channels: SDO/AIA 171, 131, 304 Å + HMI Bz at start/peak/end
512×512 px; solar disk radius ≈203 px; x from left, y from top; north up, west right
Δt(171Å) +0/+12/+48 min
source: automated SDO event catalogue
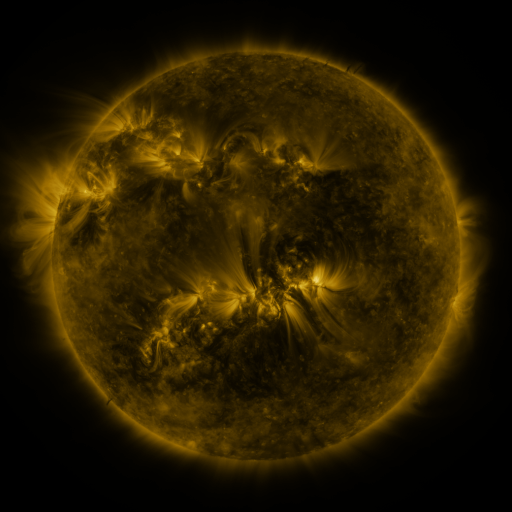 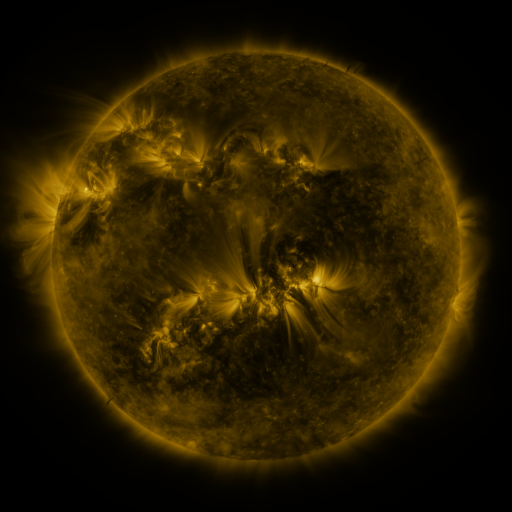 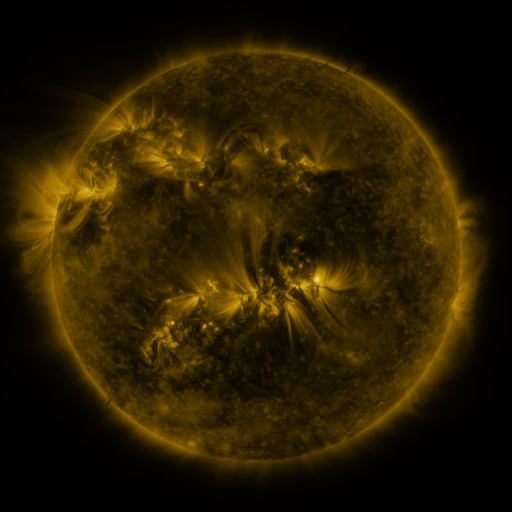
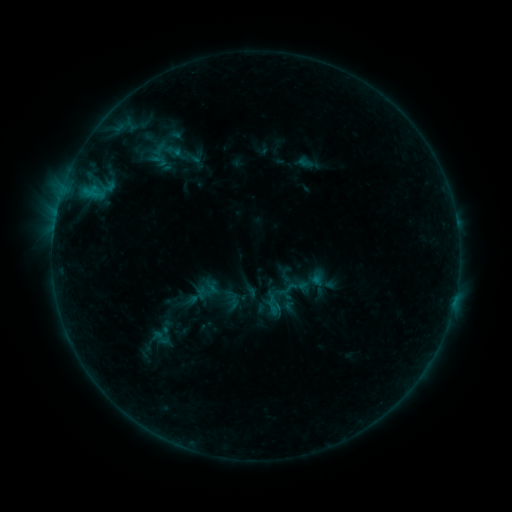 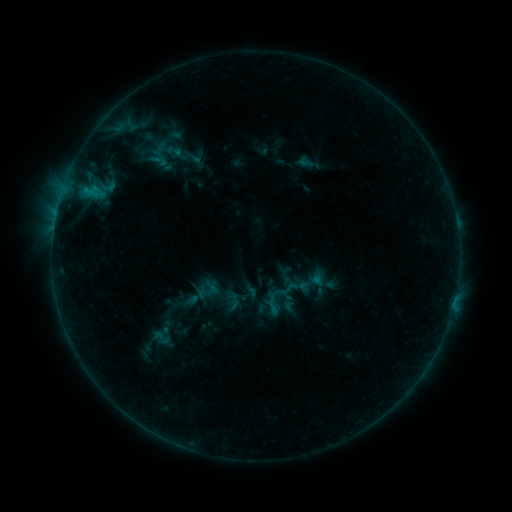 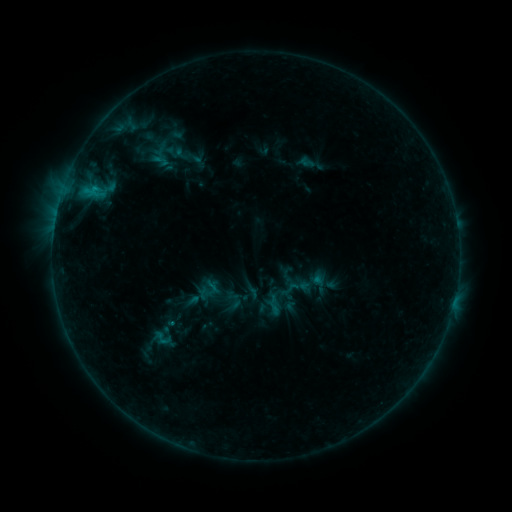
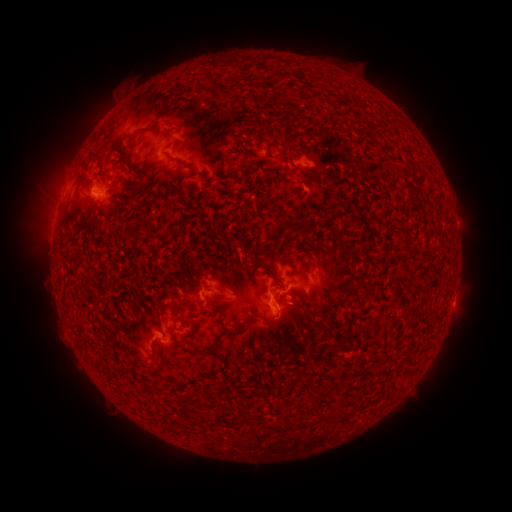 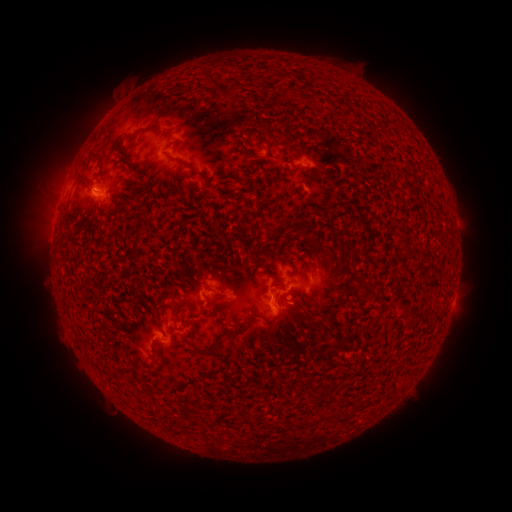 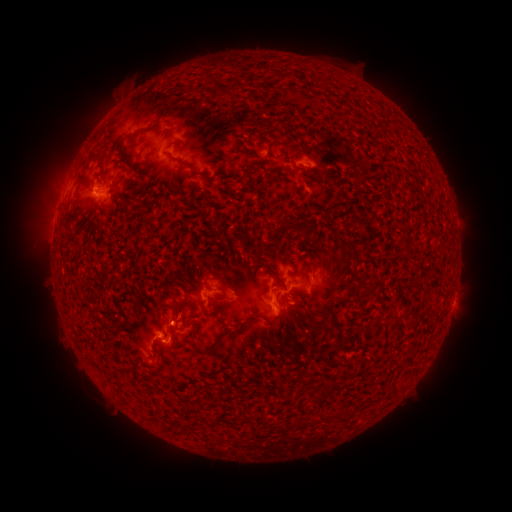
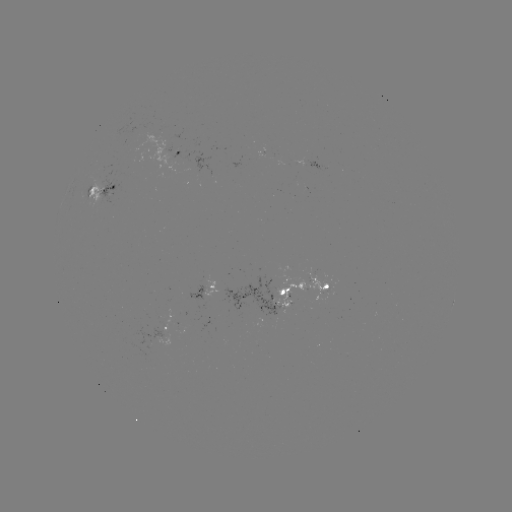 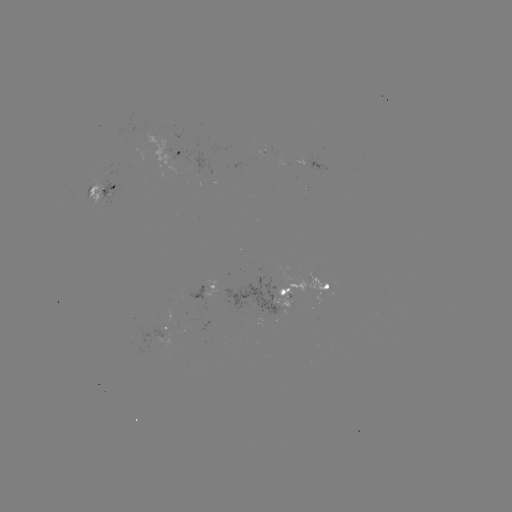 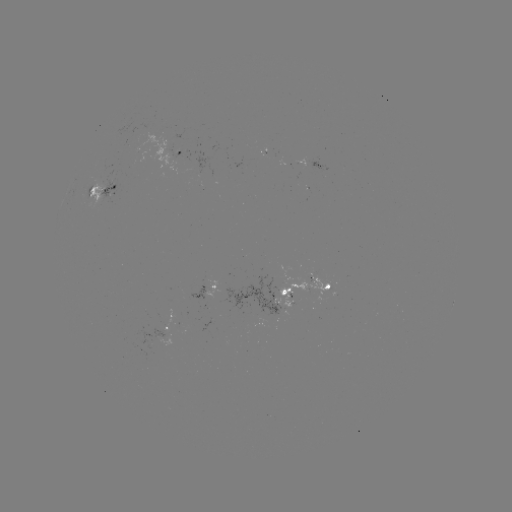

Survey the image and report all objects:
emerging-flux region: (270, 301)
